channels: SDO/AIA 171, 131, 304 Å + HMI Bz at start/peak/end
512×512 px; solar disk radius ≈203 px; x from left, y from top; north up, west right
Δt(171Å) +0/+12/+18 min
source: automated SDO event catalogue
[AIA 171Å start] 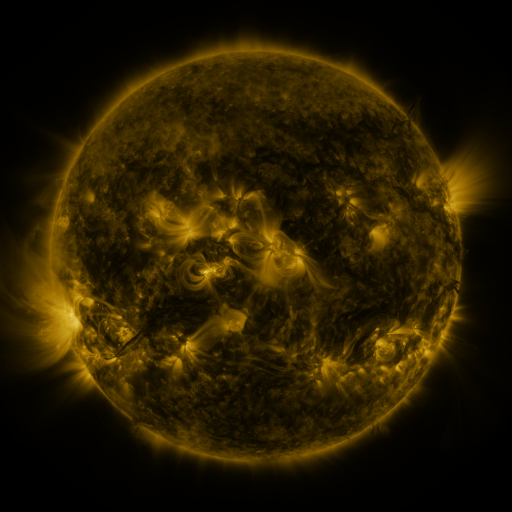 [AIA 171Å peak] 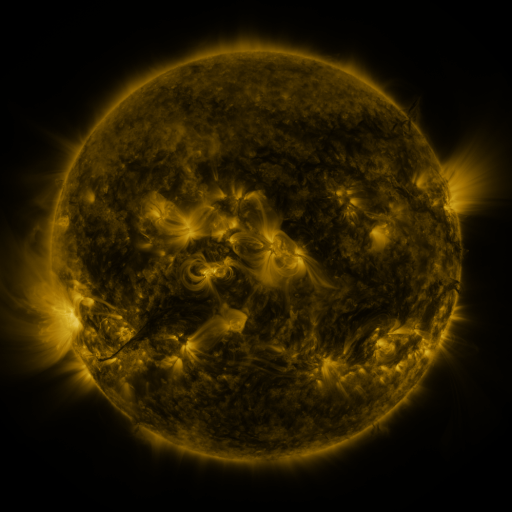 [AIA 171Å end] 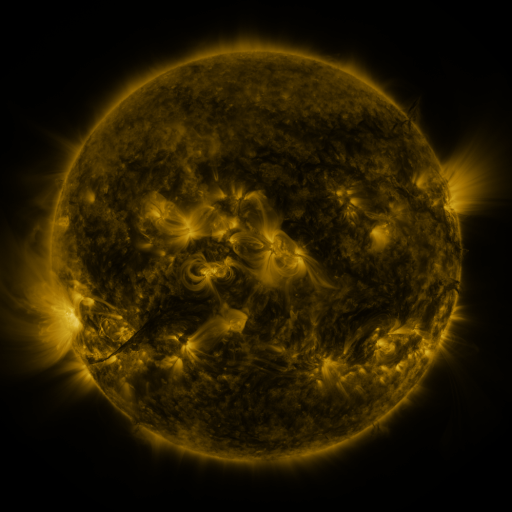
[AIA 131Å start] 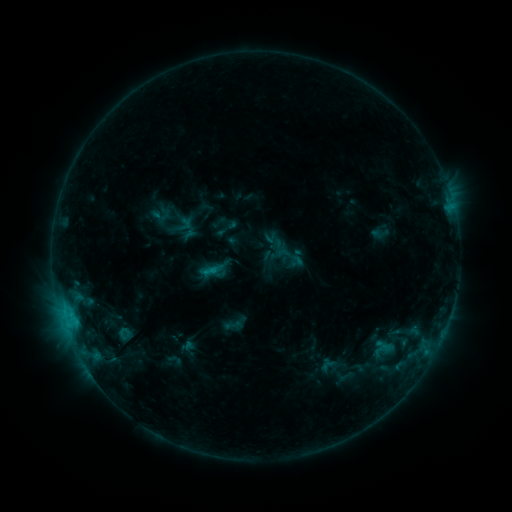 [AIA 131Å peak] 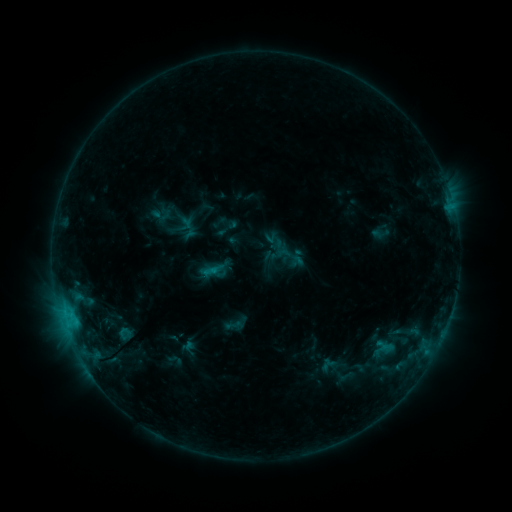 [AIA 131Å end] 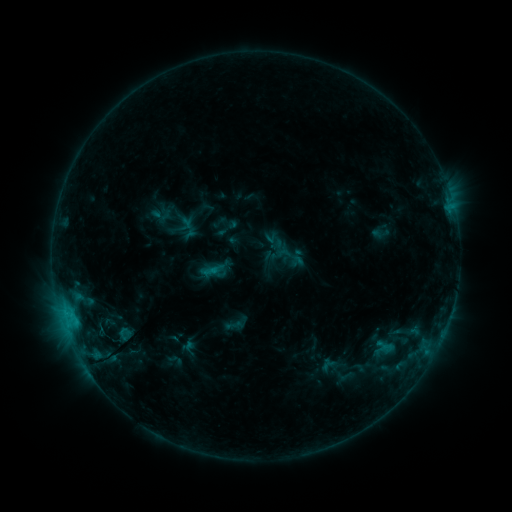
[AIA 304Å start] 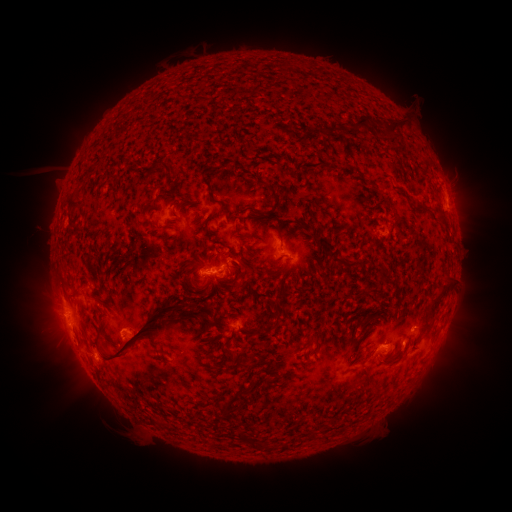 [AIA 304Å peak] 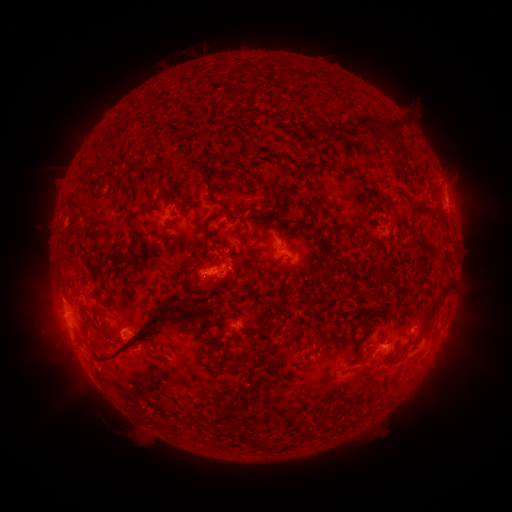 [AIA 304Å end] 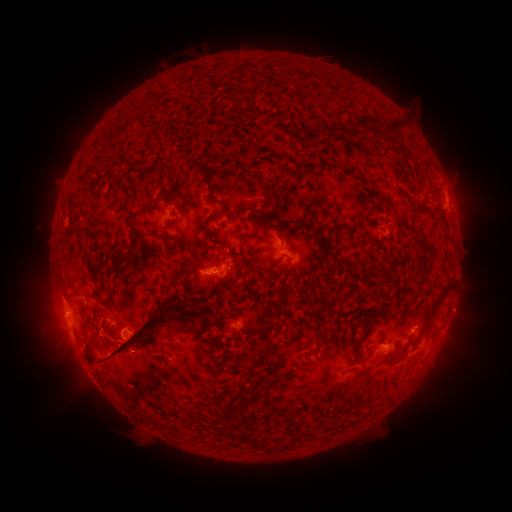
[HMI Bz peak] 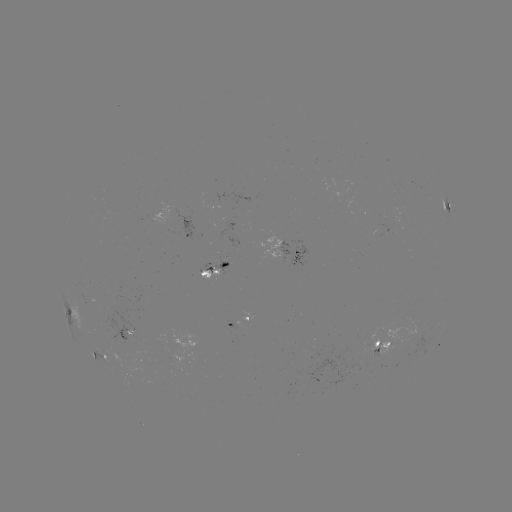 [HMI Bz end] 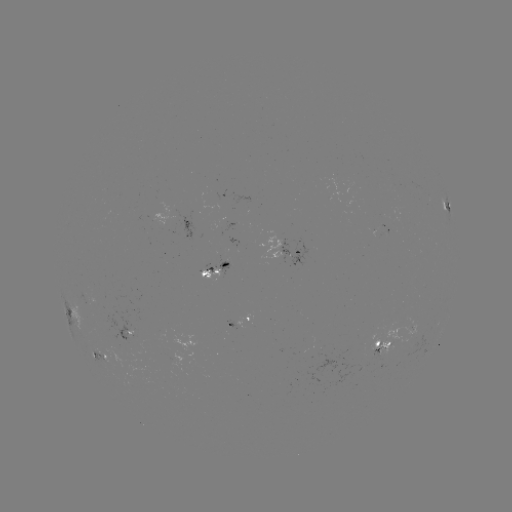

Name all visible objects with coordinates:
eruption: (109, 353)
